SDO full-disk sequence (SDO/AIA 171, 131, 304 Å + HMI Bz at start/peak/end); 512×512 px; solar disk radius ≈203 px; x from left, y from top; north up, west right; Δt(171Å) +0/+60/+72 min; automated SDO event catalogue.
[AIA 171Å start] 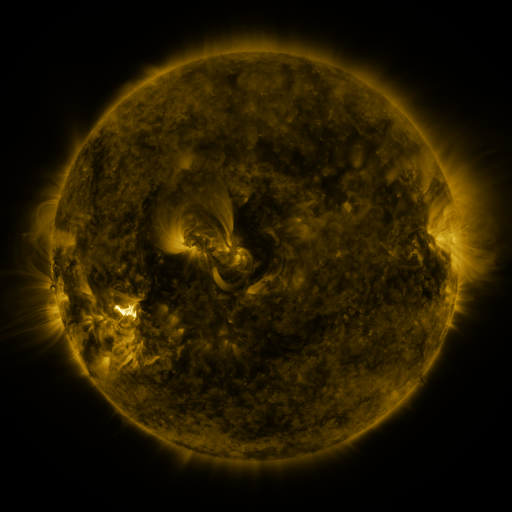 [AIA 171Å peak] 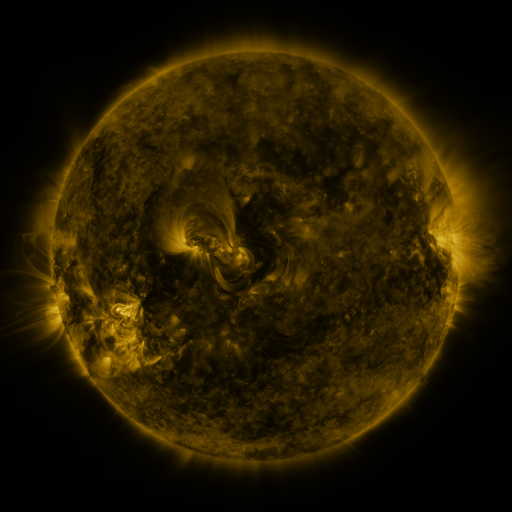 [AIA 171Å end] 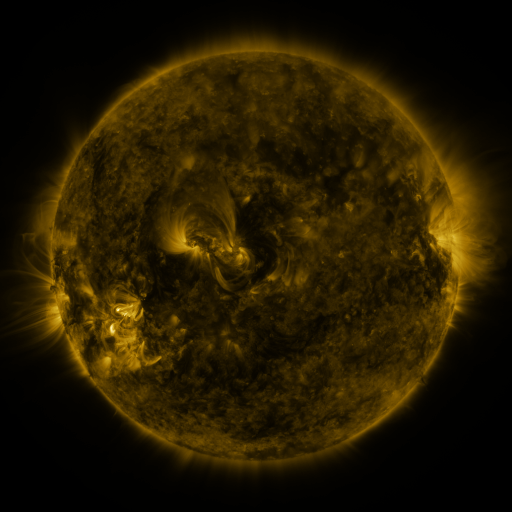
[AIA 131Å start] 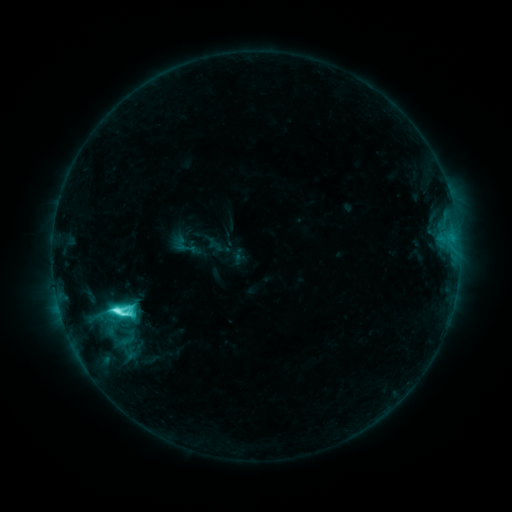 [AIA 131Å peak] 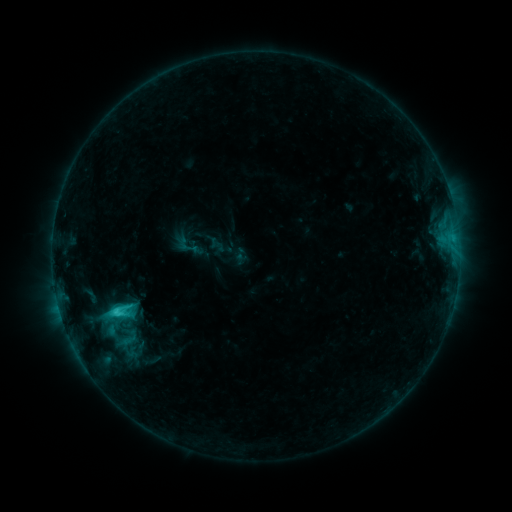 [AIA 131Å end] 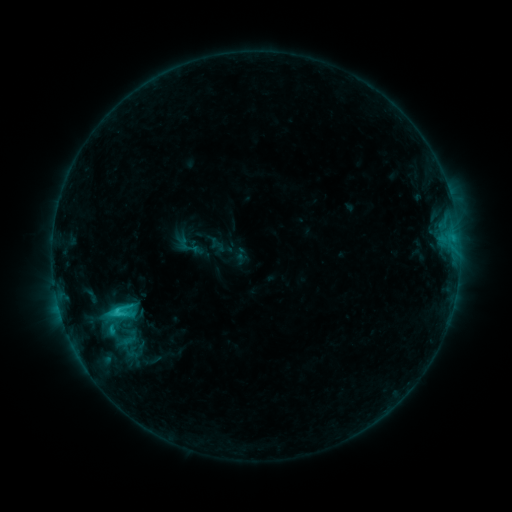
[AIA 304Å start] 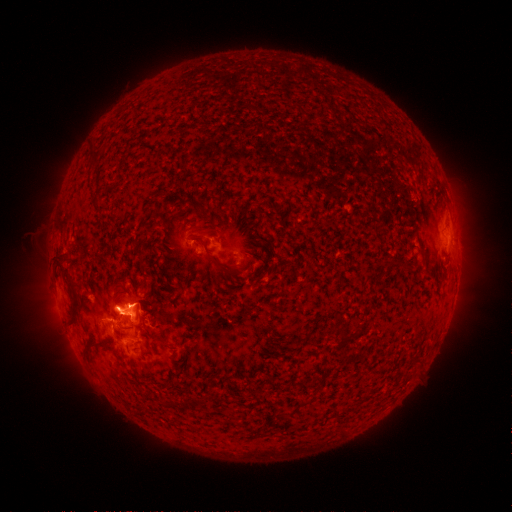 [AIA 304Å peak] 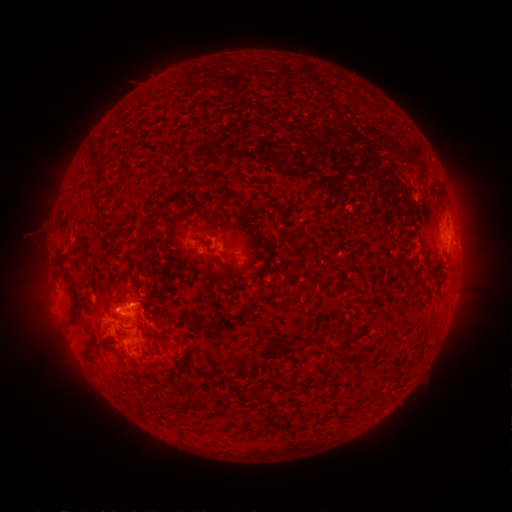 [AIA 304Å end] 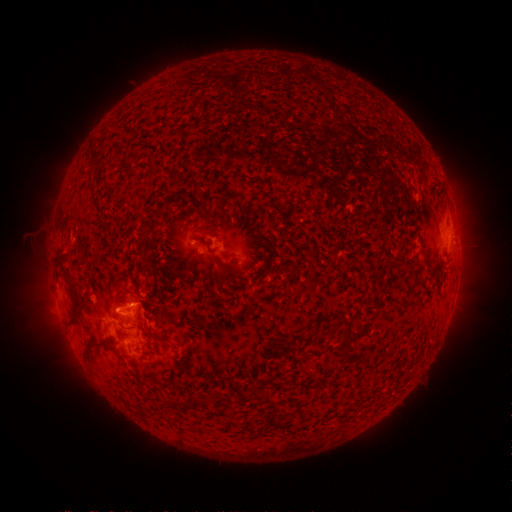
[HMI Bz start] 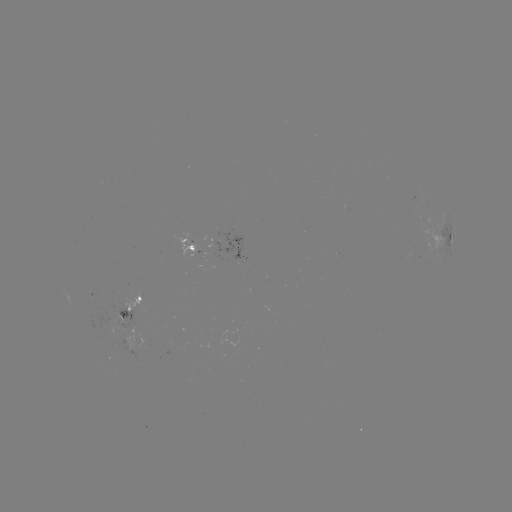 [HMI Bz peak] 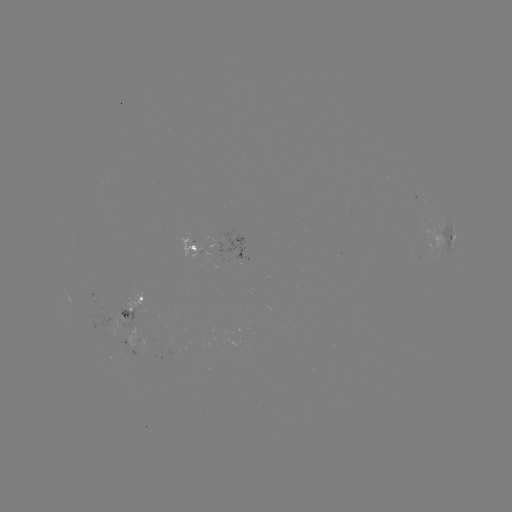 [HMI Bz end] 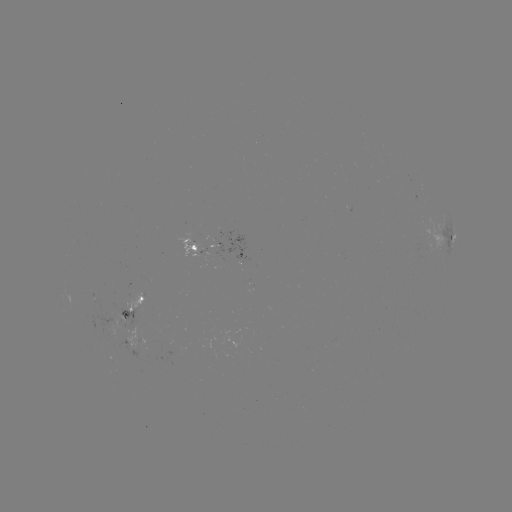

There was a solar emerging-flux region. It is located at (121, 319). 